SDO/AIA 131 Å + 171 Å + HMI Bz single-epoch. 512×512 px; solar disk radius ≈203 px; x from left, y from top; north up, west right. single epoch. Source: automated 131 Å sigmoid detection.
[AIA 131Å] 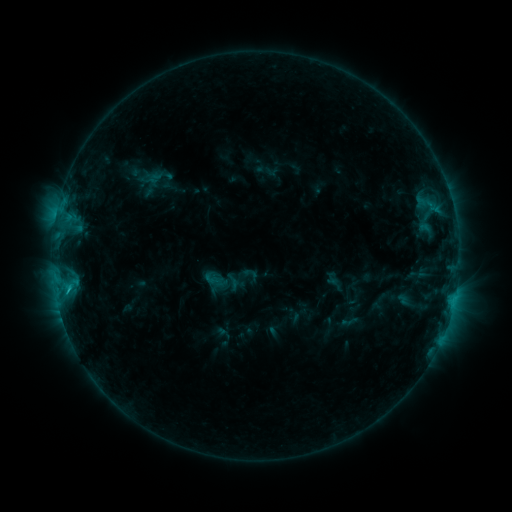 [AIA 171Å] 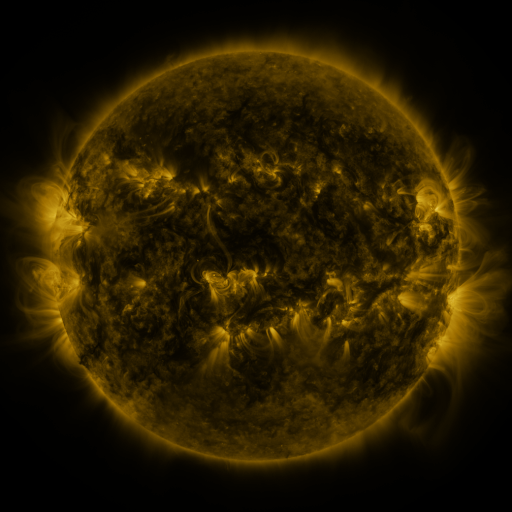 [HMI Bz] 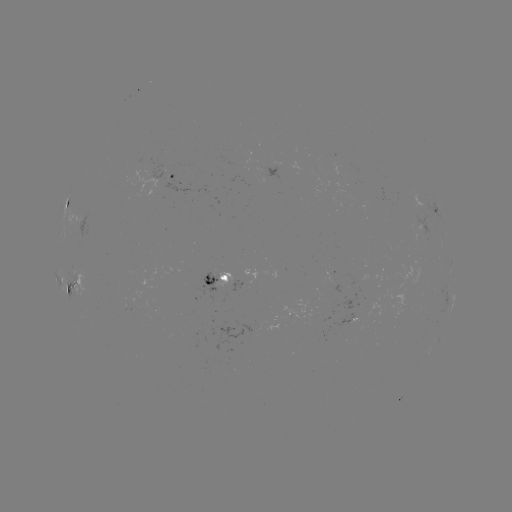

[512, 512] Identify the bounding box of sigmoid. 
[203, 271, 222, 288].